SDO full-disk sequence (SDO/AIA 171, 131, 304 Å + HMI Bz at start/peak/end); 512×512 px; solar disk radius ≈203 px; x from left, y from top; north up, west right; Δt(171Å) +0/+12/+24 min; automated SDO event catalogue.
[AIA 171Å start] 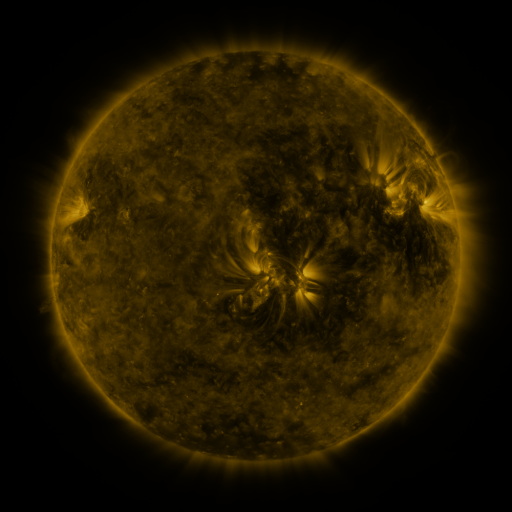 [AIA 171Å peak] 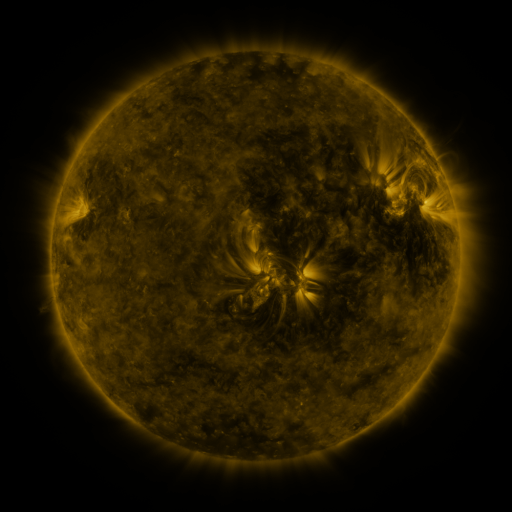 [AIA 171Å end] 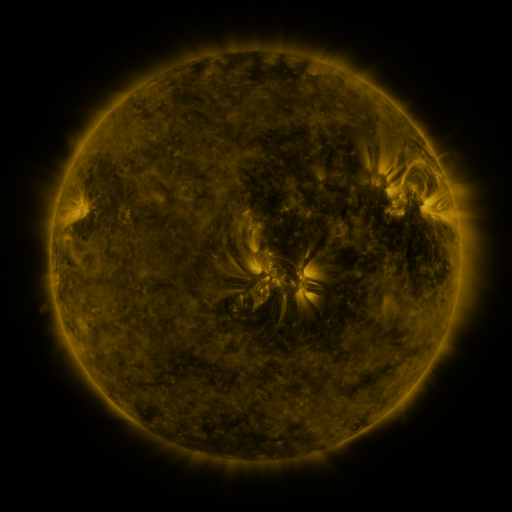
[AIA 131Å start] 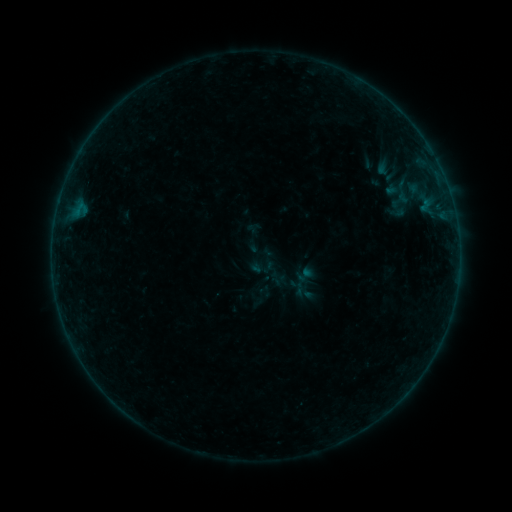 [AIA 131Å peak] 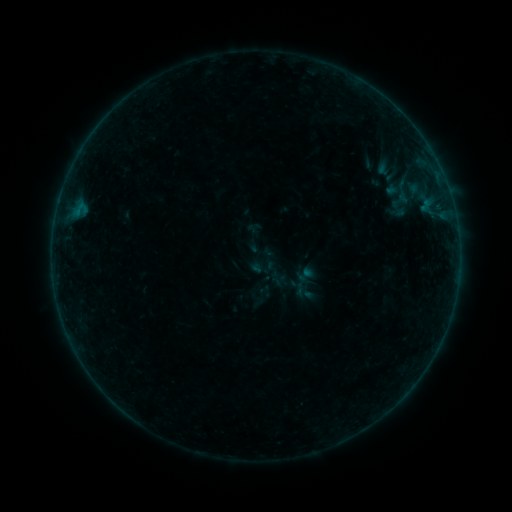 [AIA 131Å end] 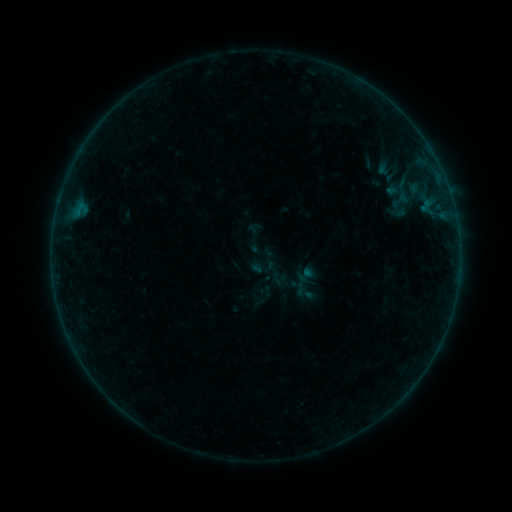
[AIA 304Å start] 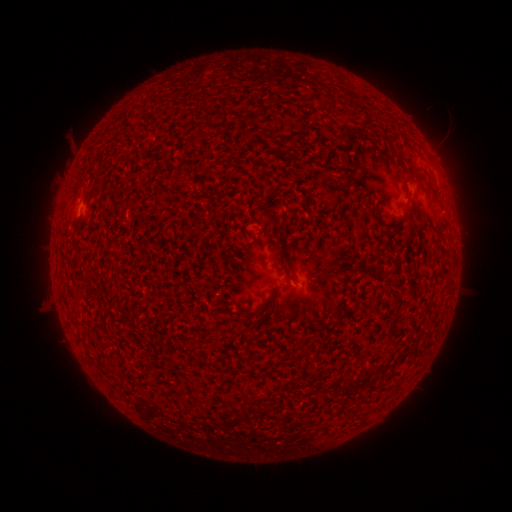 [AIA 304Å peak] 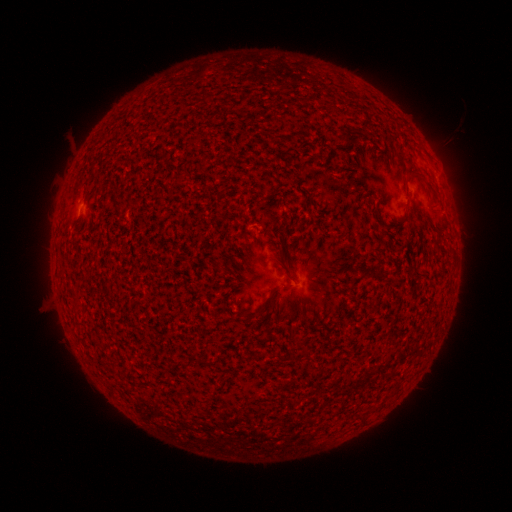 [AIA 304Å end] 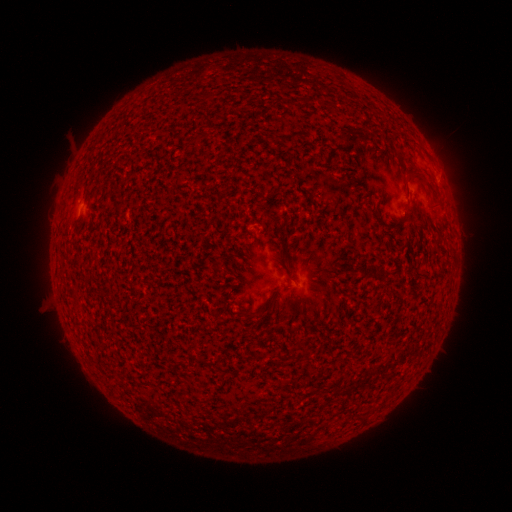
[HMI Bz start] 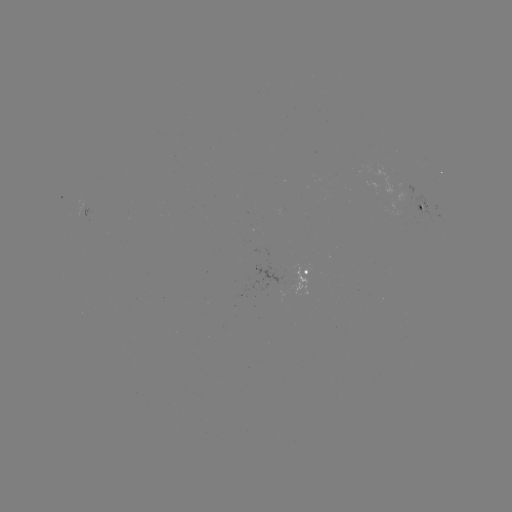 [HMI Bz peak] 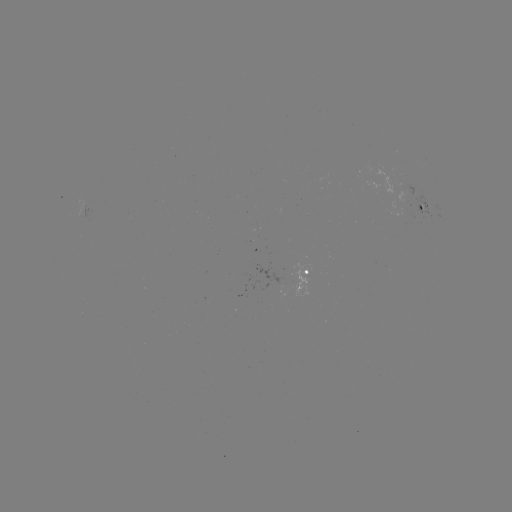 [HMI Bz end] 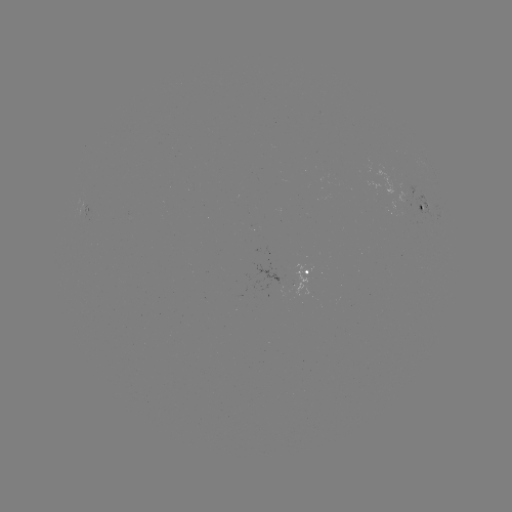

no classed flare was catalogued and no EUV brightening was flagged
